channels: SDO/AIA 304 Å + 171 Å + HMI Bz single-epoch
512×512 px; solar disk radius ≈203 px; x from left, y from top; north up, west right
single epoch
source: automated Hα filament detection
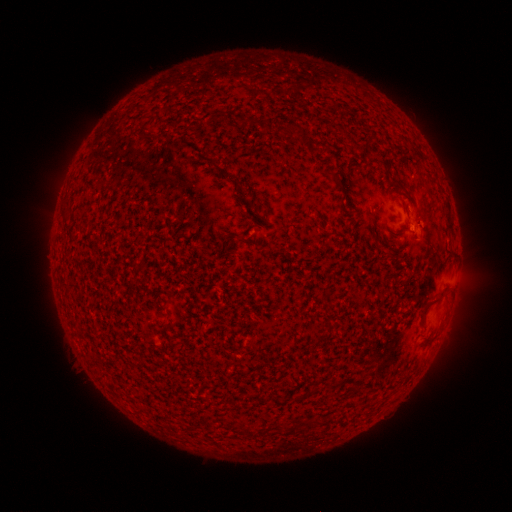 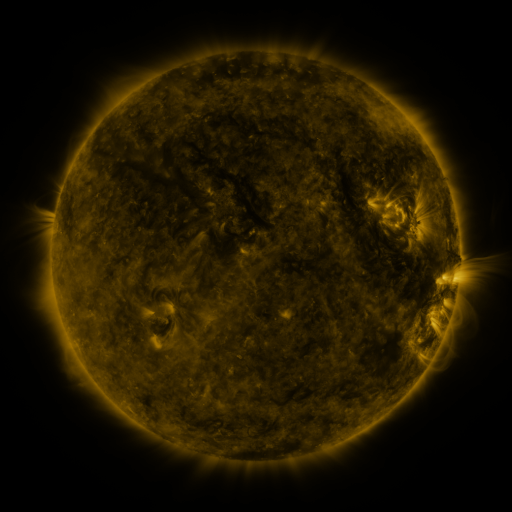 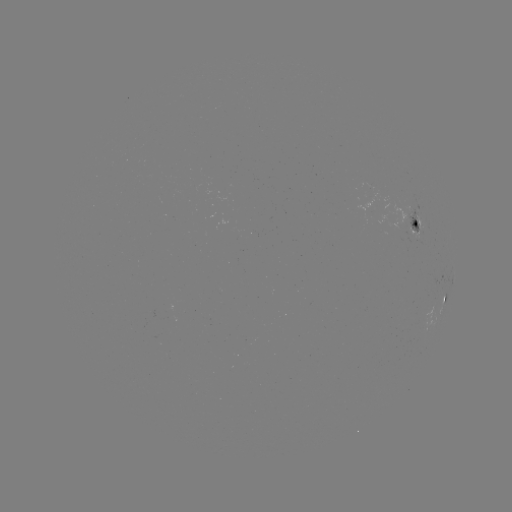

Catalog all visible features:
filament: <bbox>208, 110, 224, 122</bbox>
filament: <bbox>140, 132, 152, 140</bbox>
filament: <bbox>324, 168, 343, 188</bbox>
filament: <bbox>444, 210, 452, 229</bbox>
filament: <bbox>411, 218, 418, 227</bbox>
filament: <bbox>419, 290, 445, 316</bbox>
filament: <bbox>296, 418, 309, 426</bbox>
filament: <bbox>243, 426, 252, 436</bbox>
